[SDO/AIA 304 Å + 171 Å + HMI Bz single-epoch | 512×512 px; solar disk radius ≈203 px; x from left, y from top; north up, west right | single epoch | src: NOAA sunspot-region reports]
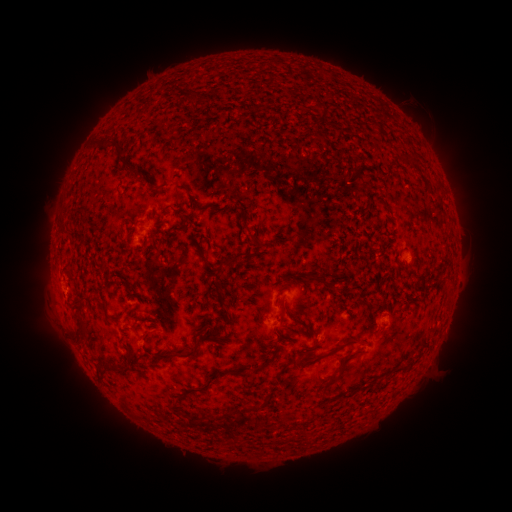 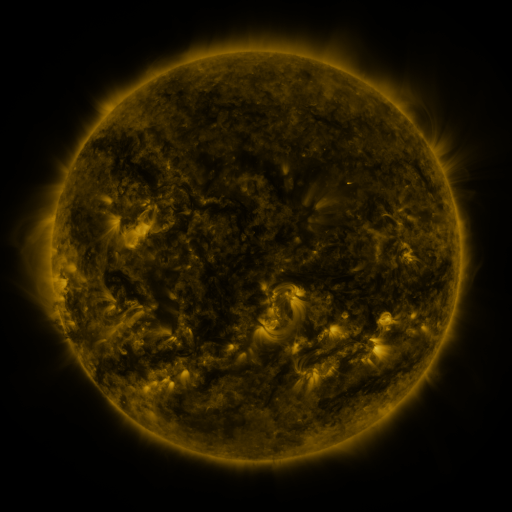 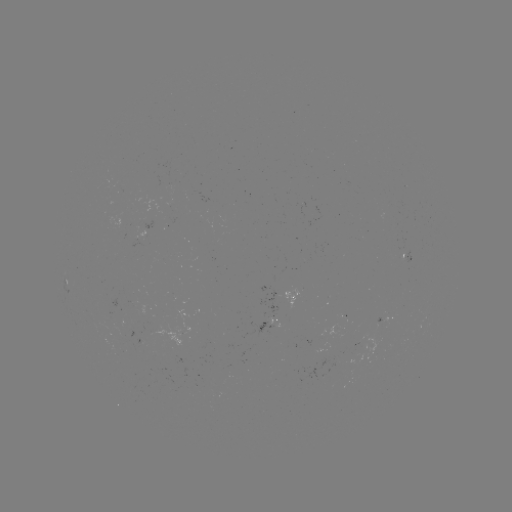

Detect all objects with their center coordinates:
spotted active region: (66, 282)
spotted active region: (301, 295)
spotted active region: (384, 317)
spotted active region: (266, 323)
